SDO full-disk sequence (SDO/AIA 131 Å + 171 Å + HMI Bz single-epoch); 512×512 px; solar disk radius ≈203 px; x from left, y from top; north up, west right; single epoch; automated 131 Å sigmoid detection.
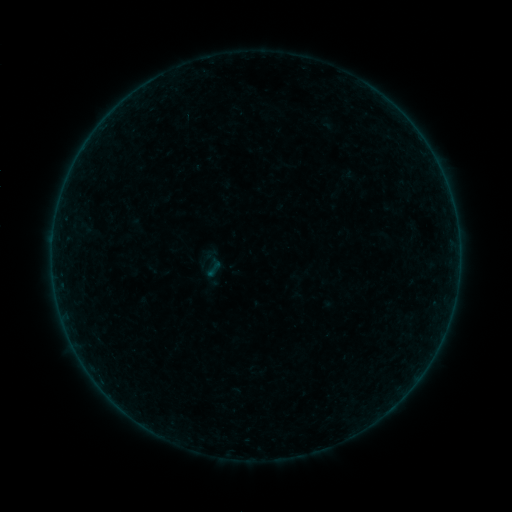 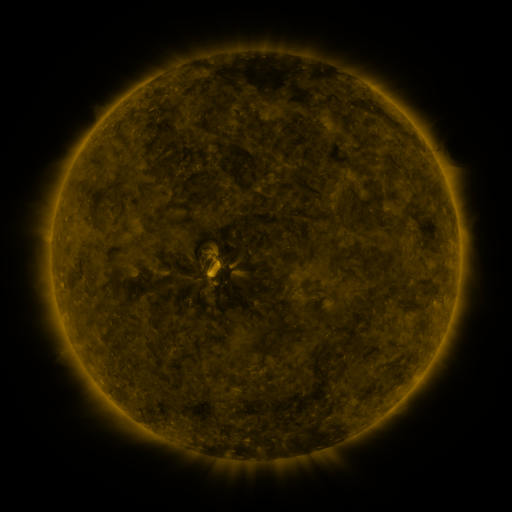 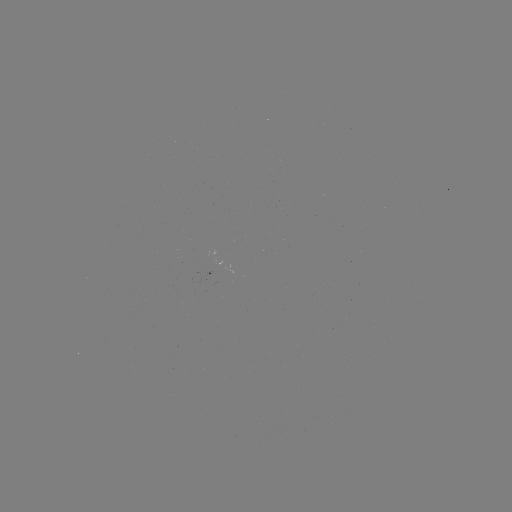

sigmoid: (204, 259, 224, 278)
